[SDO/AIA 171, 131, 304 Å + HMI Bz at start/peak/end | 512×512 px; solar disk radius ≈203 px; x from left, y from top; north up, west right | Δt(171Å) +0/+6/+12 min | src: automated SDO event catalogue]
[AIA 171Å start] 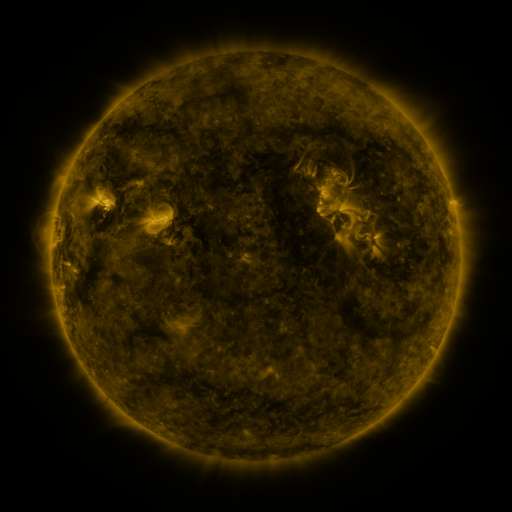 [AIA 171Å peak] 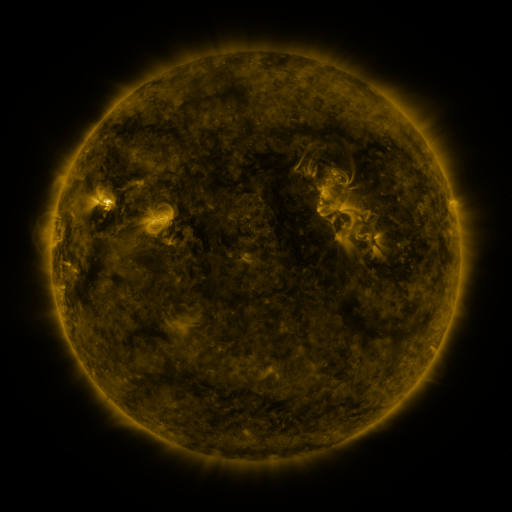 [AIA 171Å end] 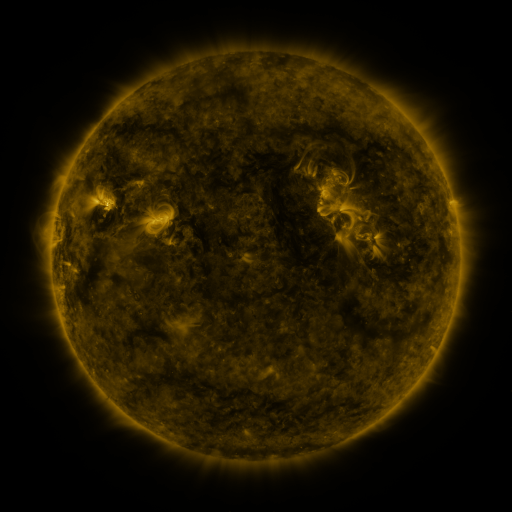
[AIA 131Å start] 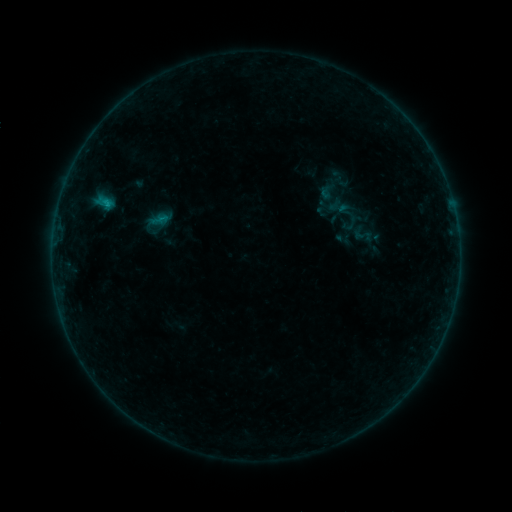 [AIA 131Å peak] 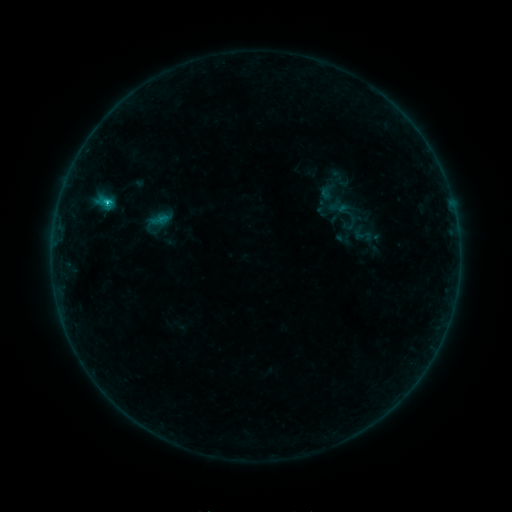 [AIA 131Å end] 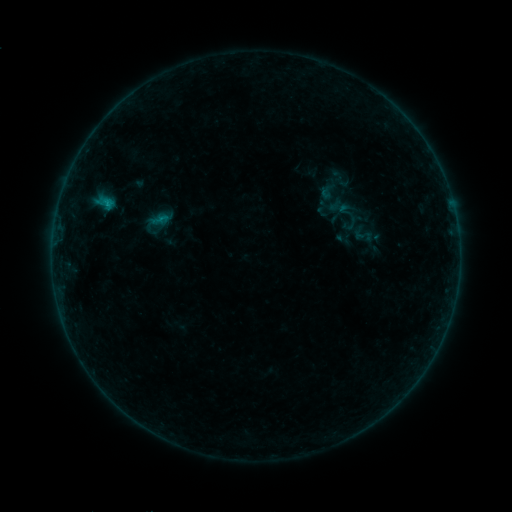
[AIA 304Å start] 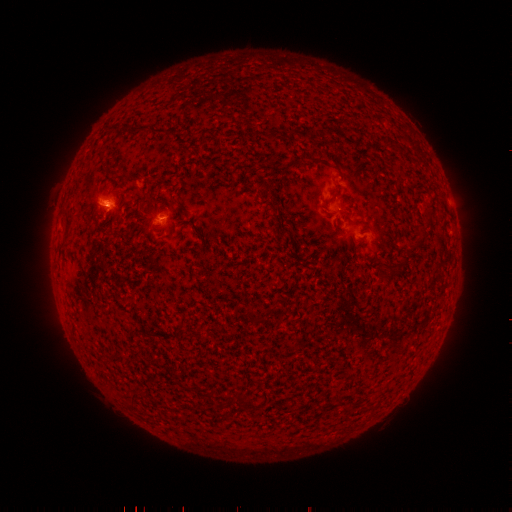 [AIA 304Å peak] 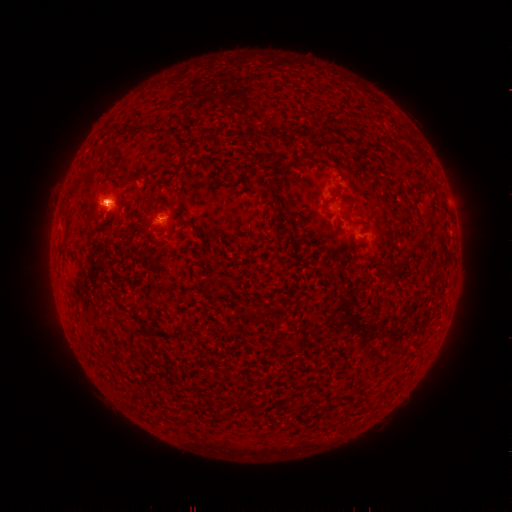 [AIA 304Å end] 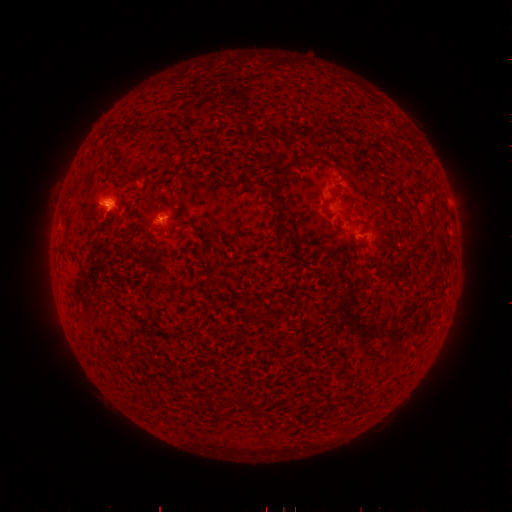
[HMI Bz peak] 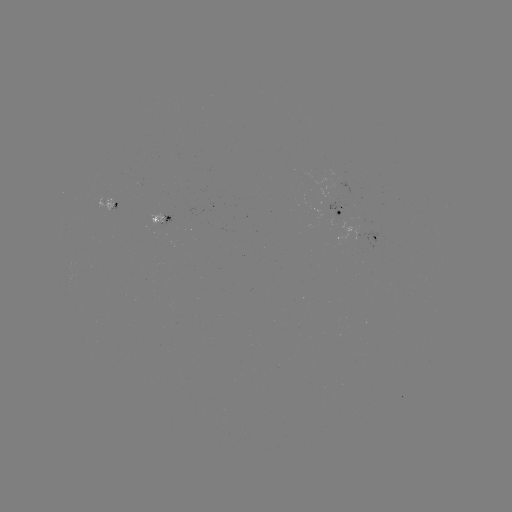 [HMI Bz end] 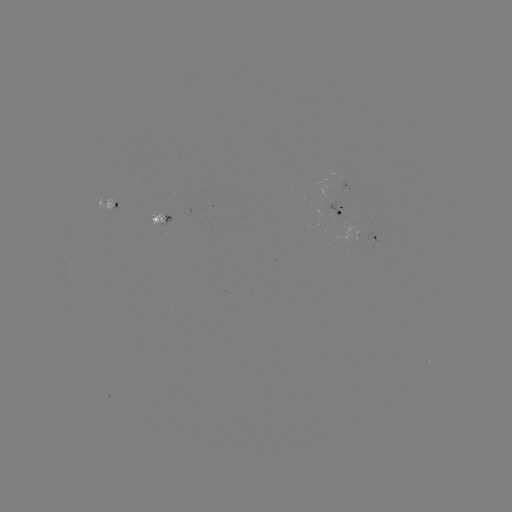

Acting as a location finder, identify B7.6 flare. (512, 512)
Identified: [109, 205].